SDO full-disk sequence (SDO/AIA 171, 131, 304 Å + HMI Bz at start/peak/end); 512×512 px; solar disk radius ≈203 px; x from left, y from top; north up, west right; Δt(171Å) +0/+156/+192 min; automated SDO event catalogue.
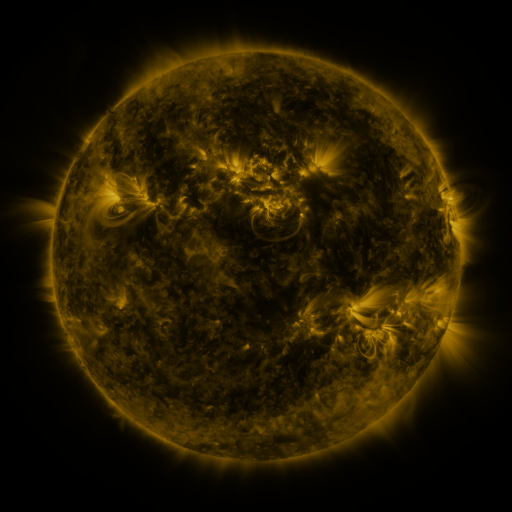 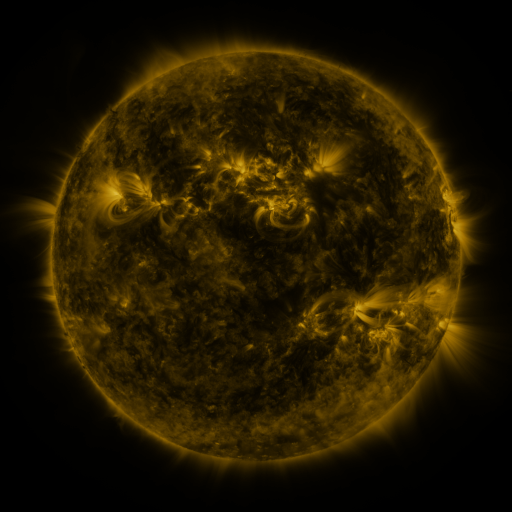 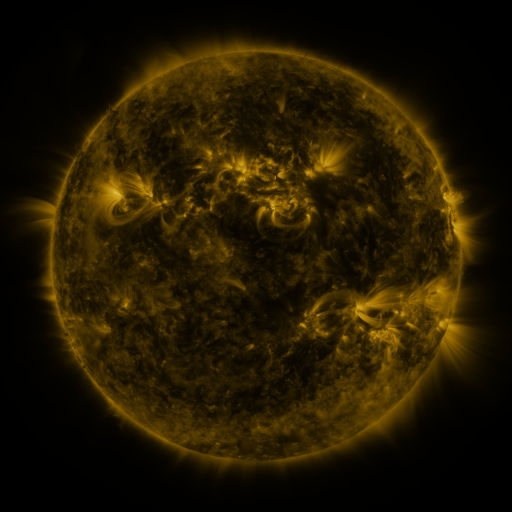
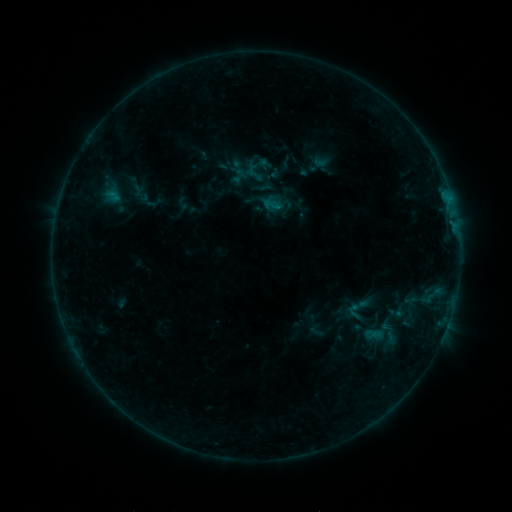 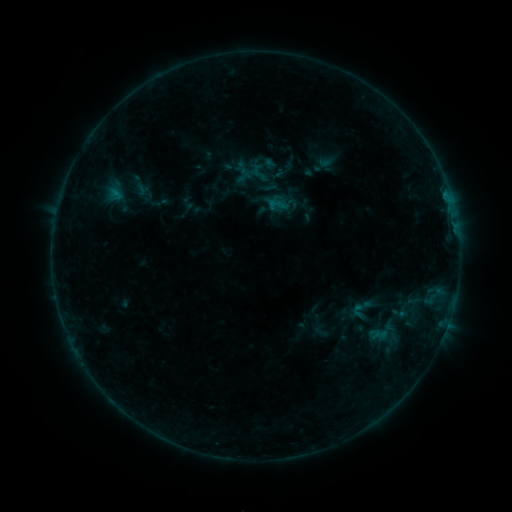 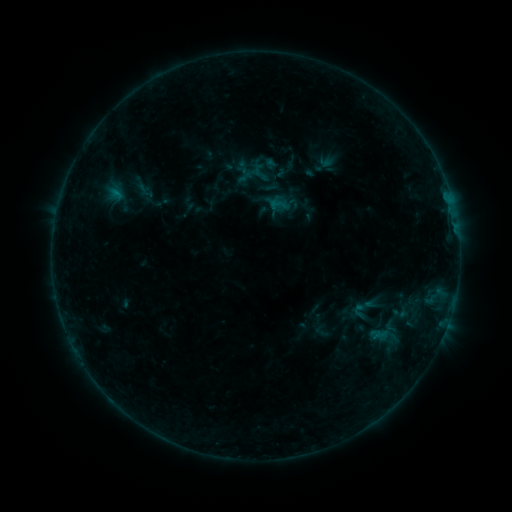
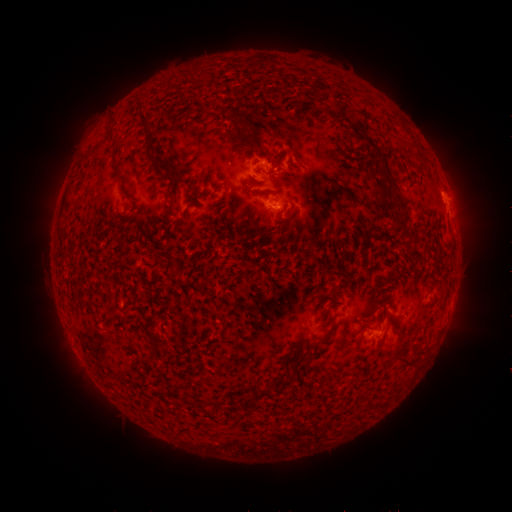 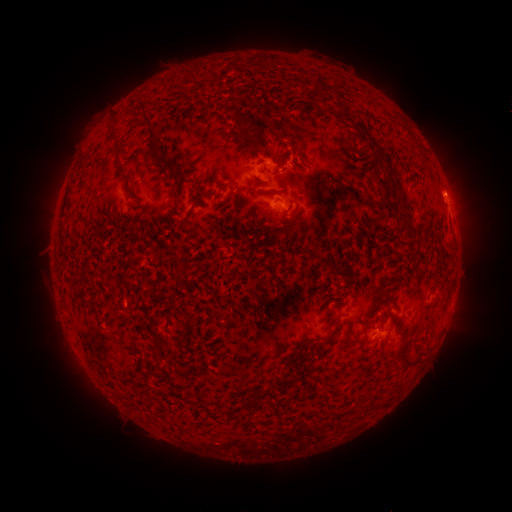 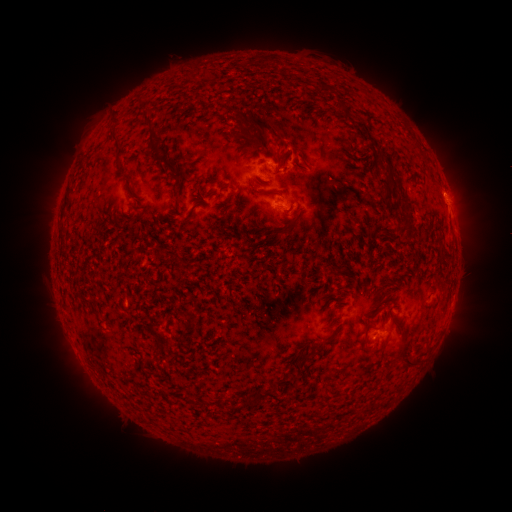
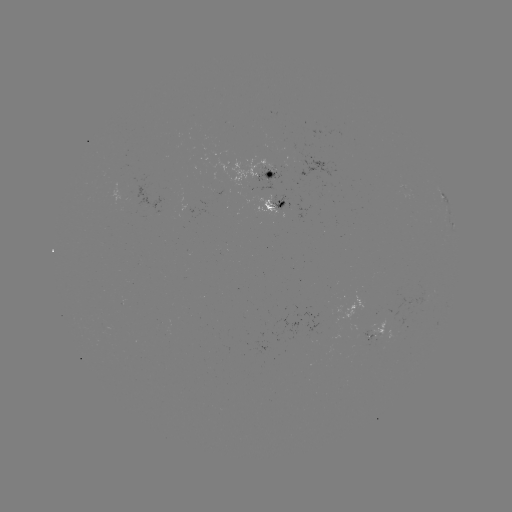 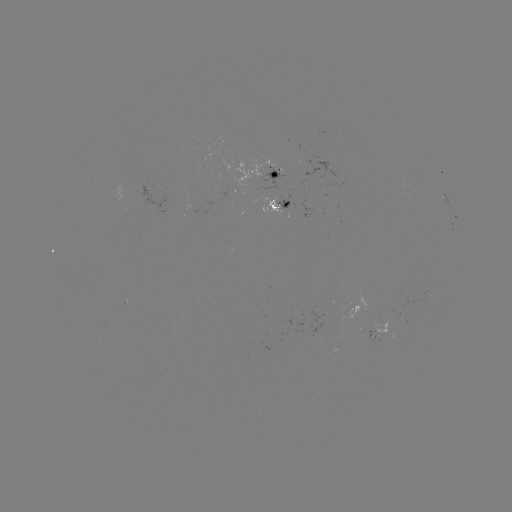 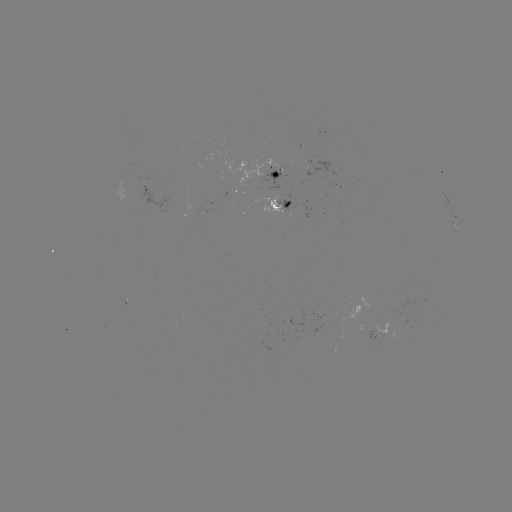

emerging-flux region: (374, 319, 389, 342)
